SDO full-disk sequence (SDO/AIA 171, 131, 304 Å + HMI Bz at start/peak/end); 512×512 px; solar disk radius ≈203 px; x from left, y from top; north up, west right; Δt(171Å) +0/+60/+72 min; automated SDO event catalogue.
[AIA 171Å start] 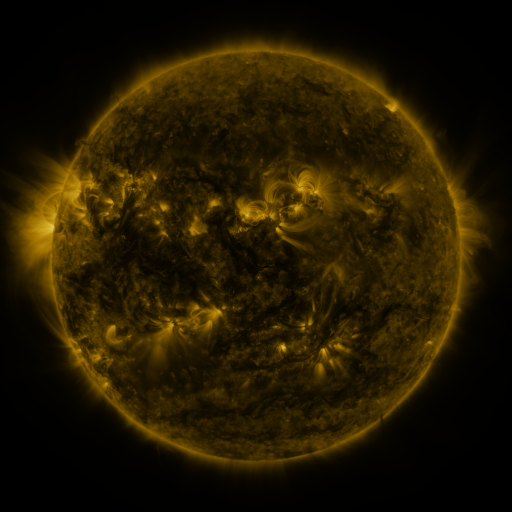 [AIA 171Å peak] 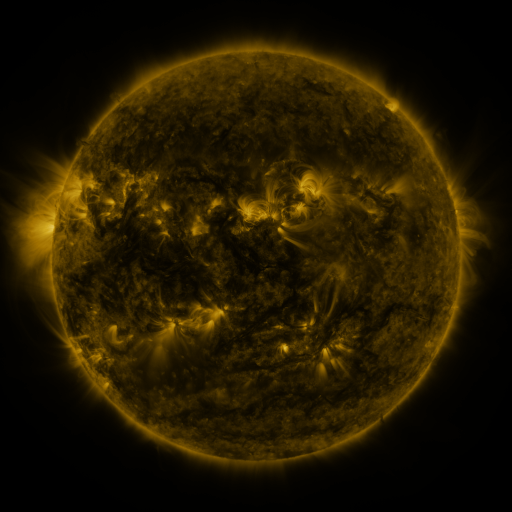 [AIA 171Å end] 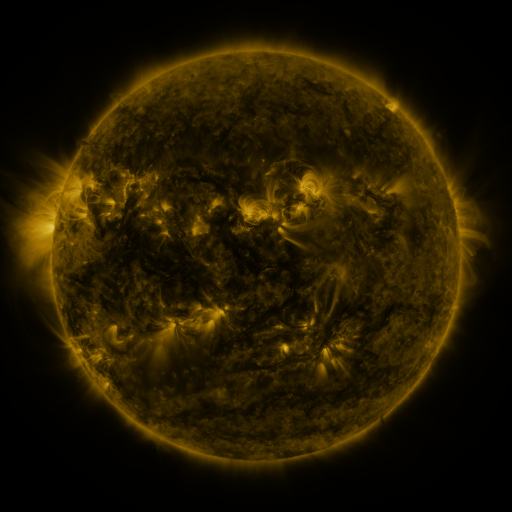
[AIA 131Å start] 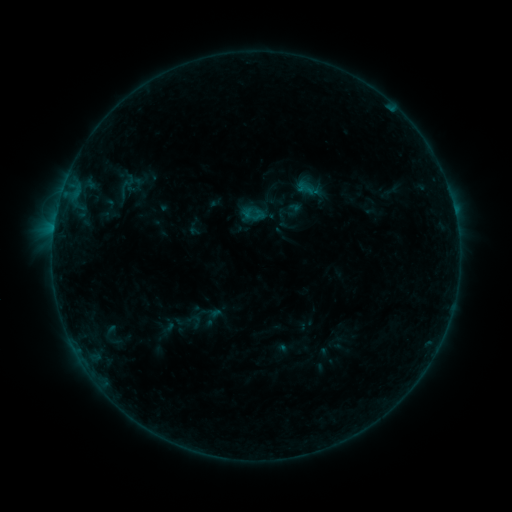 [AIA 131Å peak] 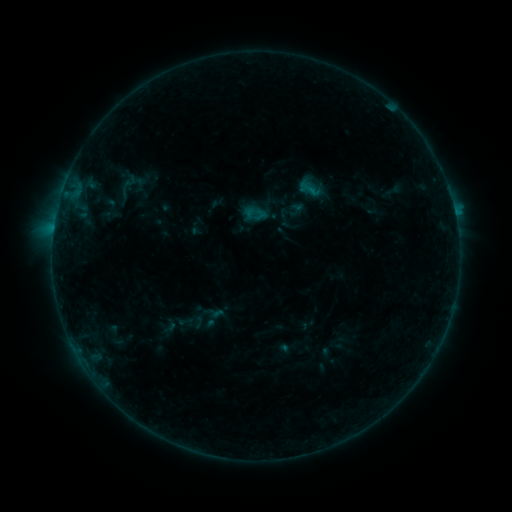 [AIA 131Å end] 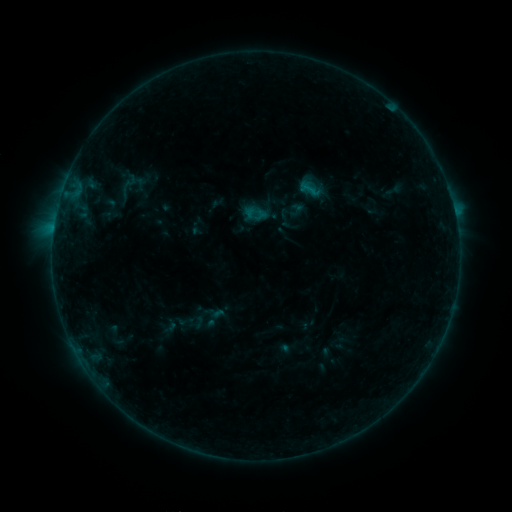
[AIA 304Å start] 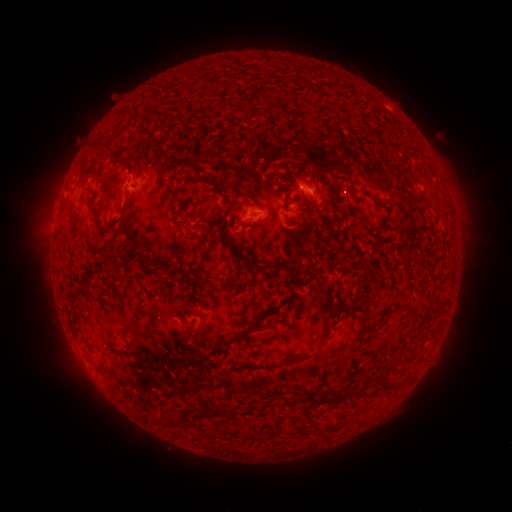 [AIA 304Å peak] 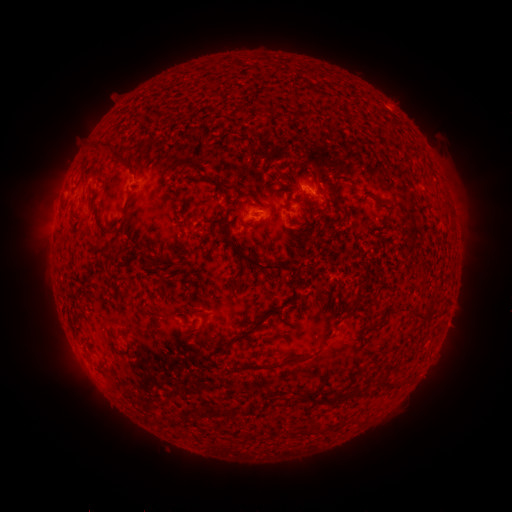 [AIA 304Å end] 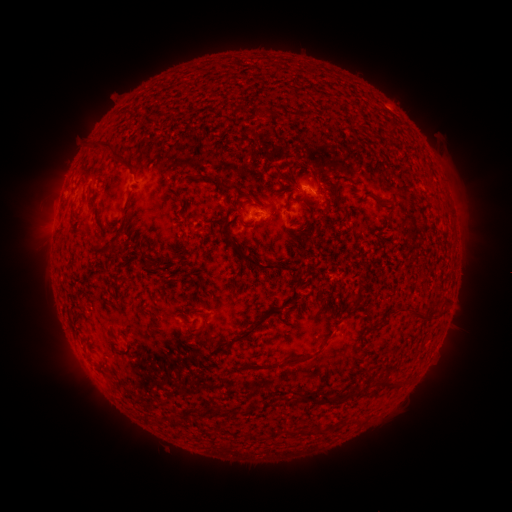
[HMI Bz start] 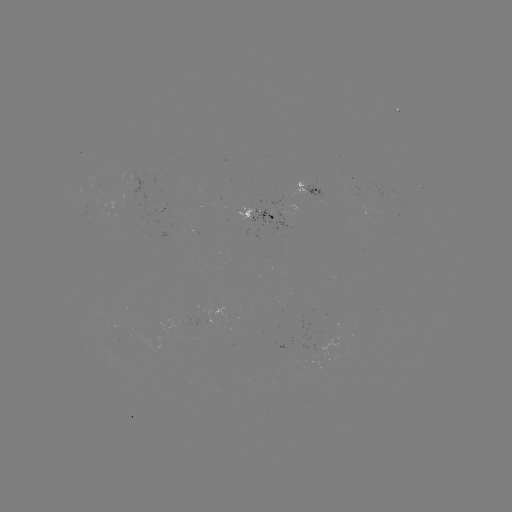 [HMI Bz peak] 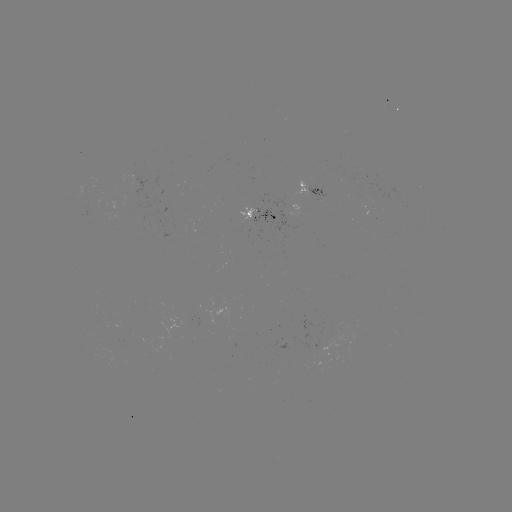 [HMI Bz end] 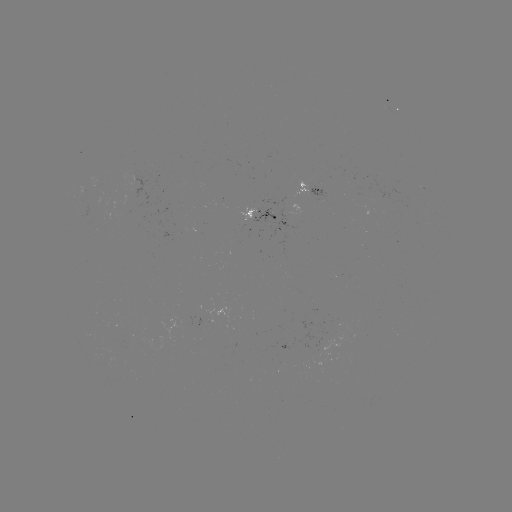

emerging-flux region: <bbox>252, 209, 275, 224</bbox>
